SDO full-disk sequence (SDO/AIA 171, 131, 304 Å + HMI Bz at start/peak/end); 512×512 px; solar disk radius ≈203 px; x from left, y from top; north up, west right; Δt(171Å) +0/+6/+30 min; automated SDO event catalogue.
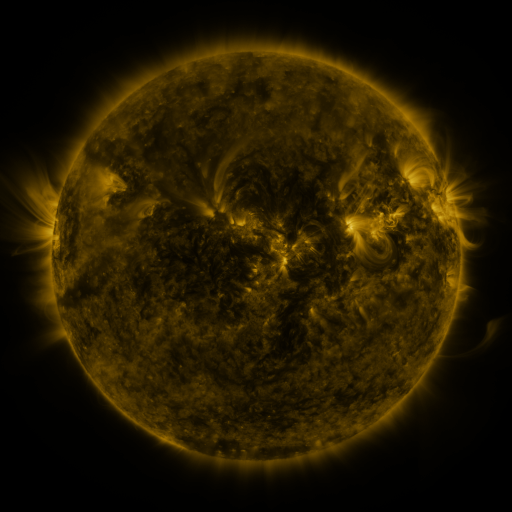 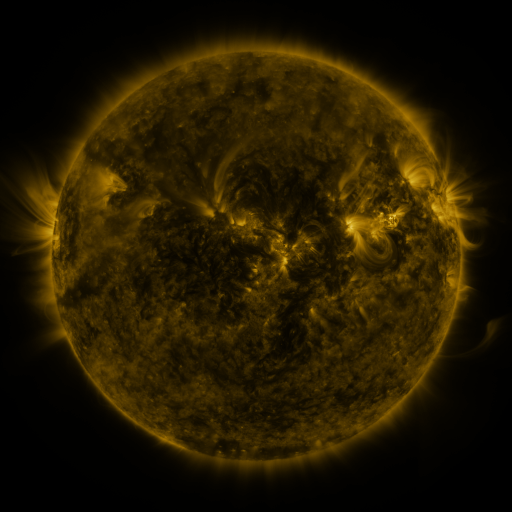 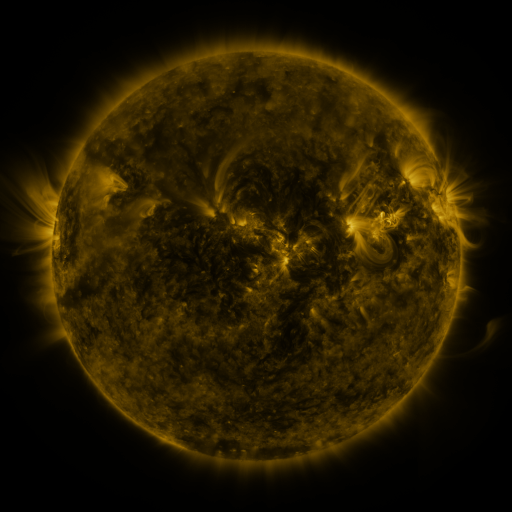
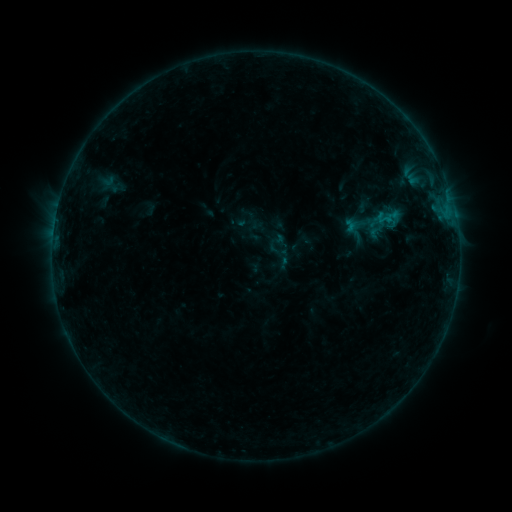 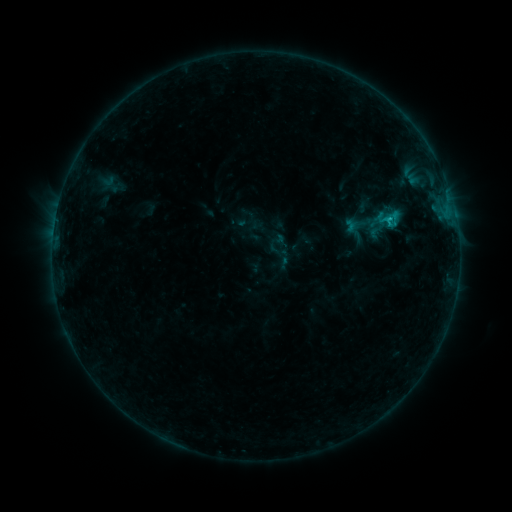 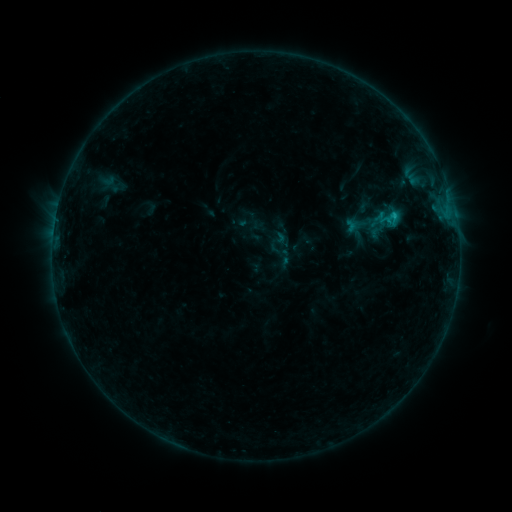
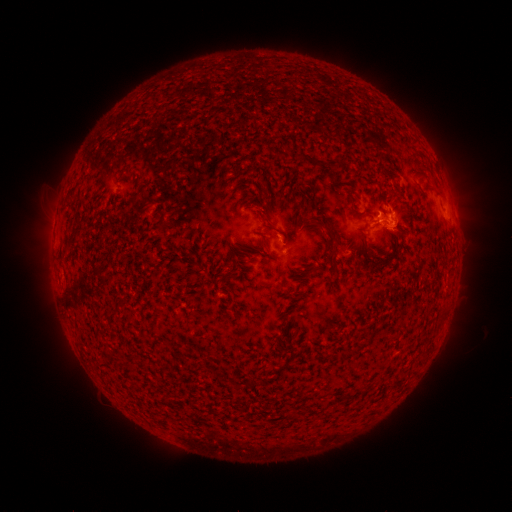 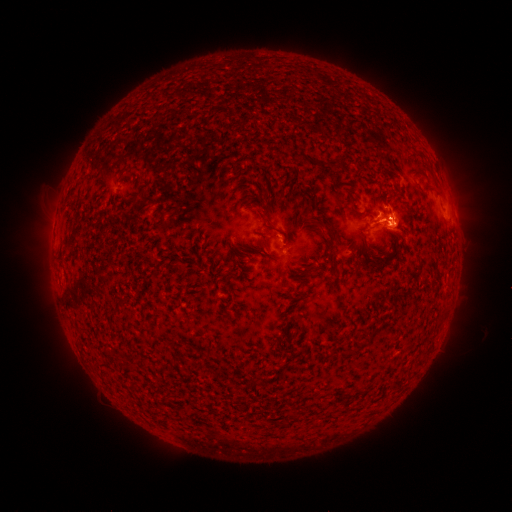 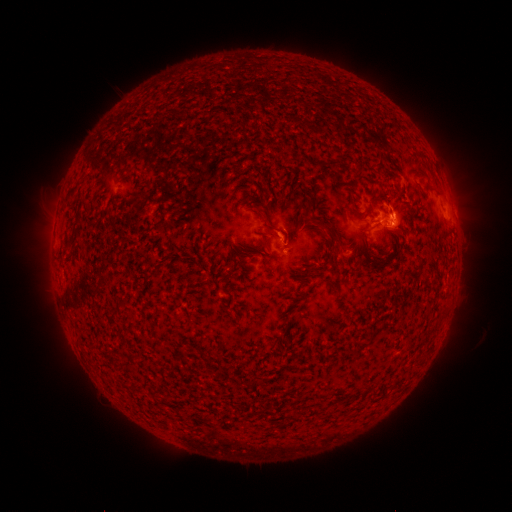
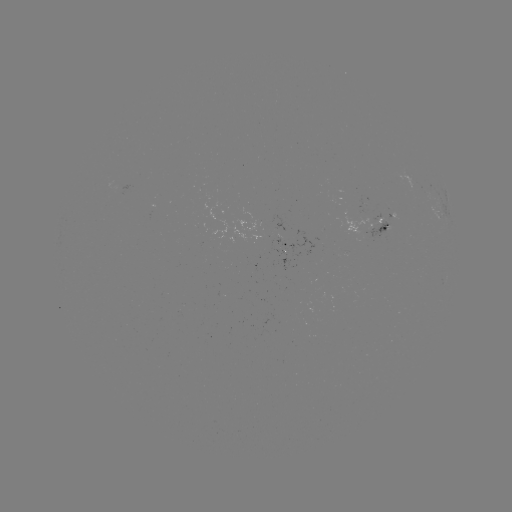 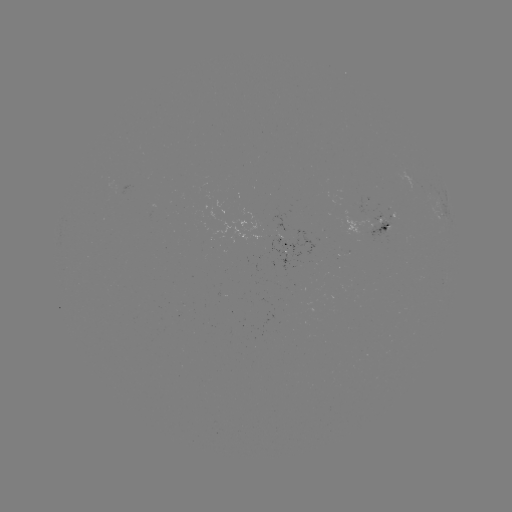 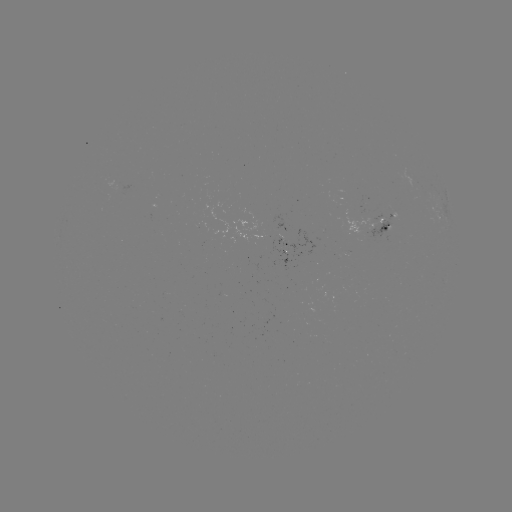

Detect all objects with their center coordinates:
C1.0 flare: (388, 226)
